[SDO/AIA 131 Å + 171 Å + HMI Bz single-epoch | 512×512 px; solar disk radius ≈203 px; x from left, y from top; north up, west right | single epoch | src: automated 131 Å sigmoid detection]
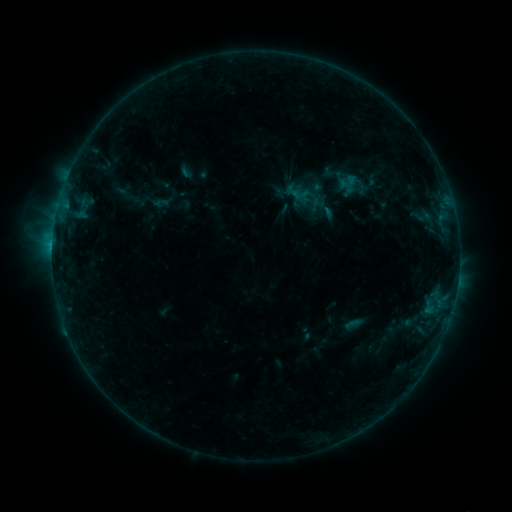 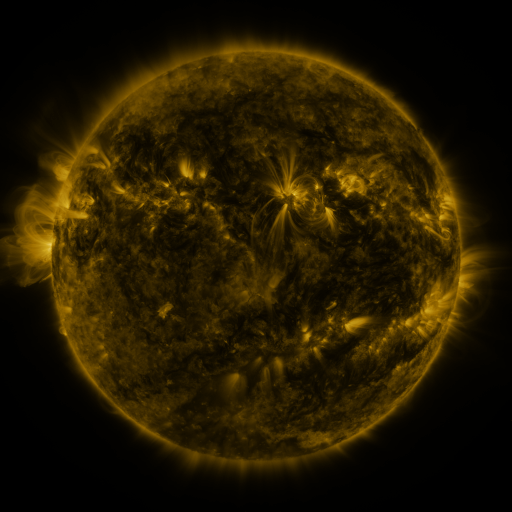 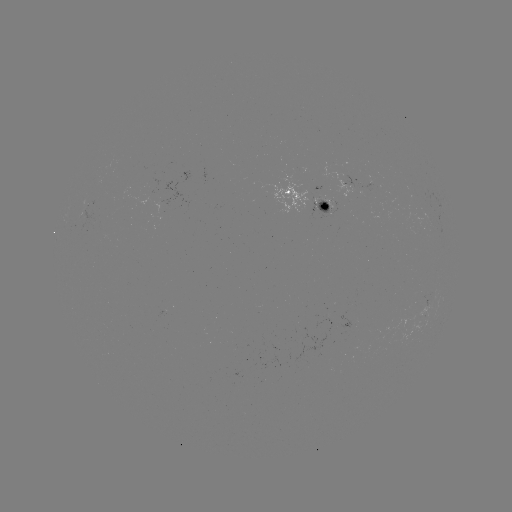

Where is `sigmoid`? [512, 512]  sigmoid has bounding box [287, 178, 326, 212].